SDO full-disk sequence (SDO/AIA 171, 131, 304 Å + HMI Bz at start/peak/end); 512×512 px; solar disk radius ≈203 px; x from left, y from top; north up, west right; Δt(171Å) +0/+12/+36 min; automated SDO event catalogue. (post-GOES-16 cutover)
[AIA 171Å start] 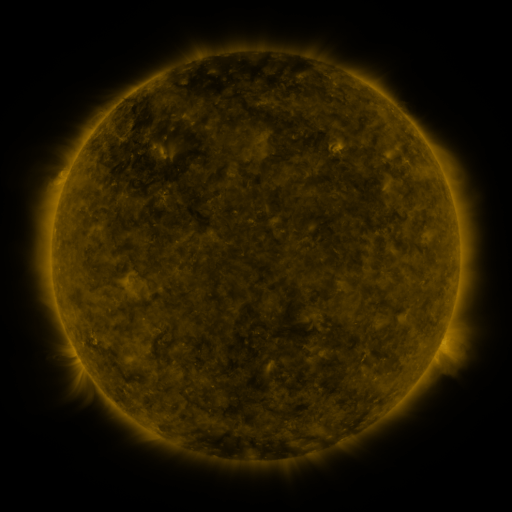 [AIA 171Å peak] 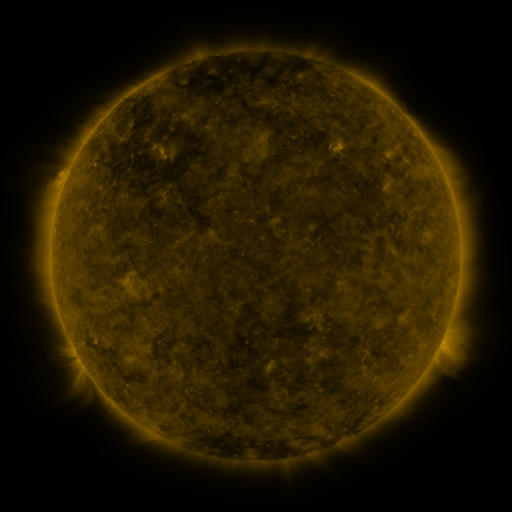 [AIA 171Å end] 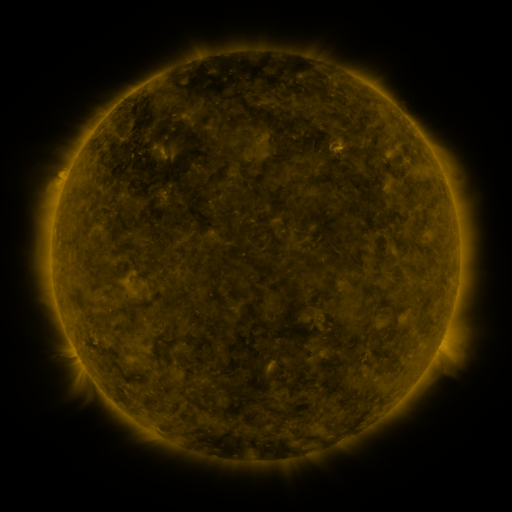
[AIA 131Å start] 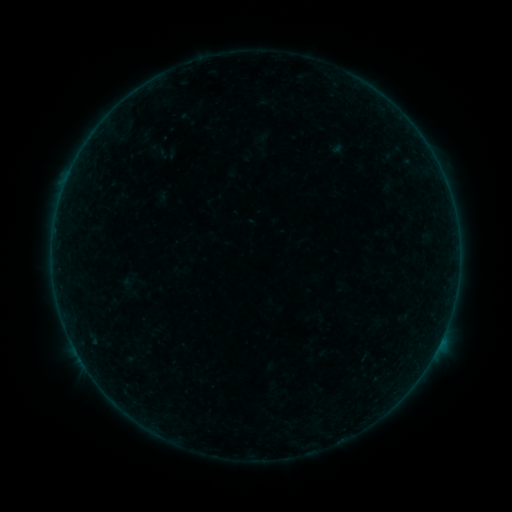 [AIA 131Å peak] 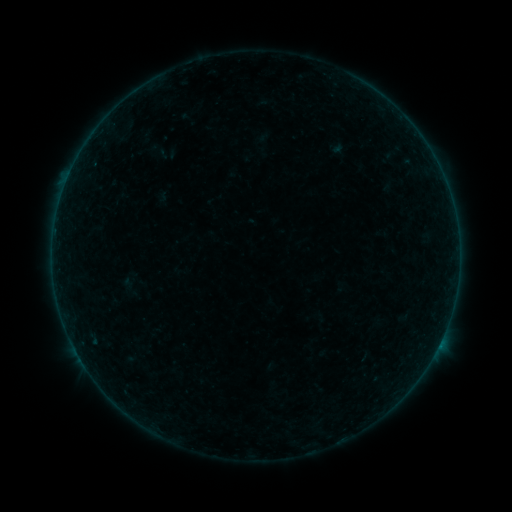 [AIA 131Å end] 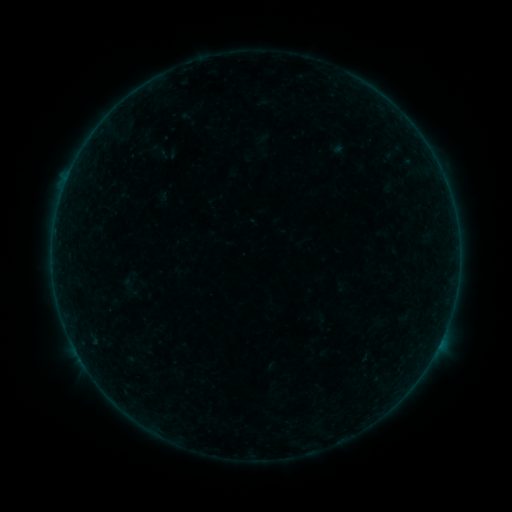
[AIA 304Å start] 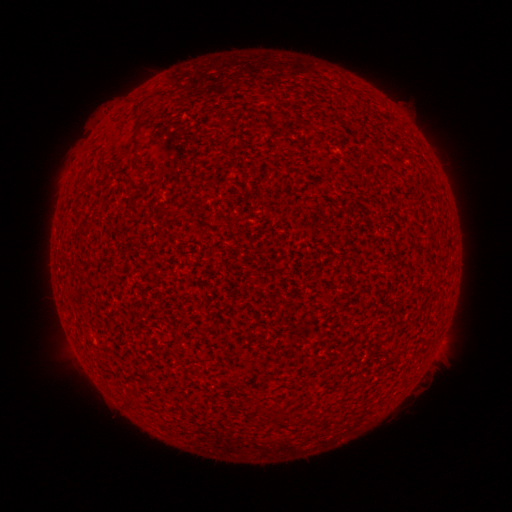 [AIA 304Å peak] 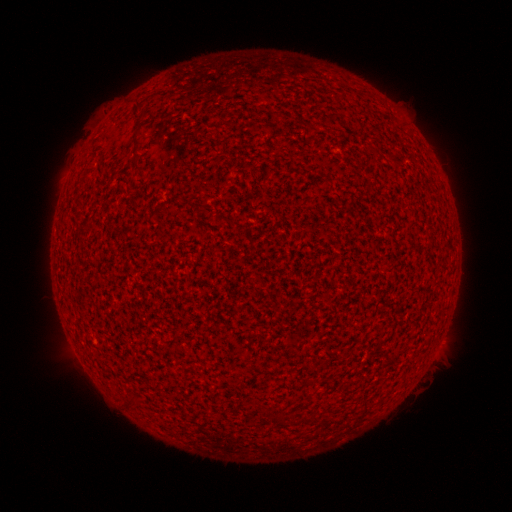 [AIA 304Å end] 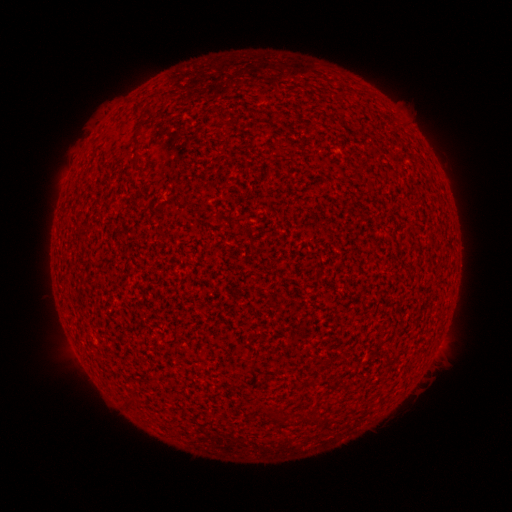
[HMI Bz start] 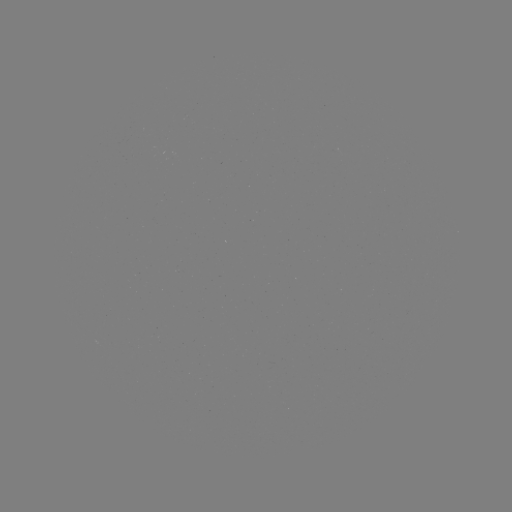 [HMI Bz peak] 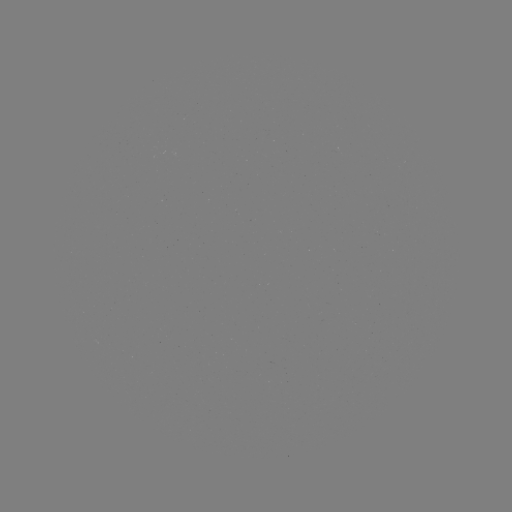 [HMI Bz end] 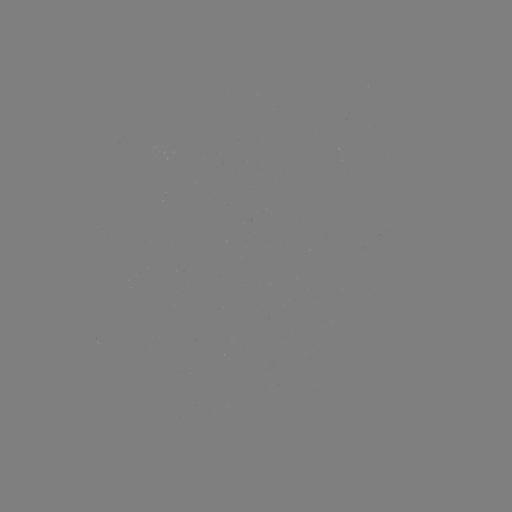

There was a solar flare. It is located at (438, 345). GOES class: A8.1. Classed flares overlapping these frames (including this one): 1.